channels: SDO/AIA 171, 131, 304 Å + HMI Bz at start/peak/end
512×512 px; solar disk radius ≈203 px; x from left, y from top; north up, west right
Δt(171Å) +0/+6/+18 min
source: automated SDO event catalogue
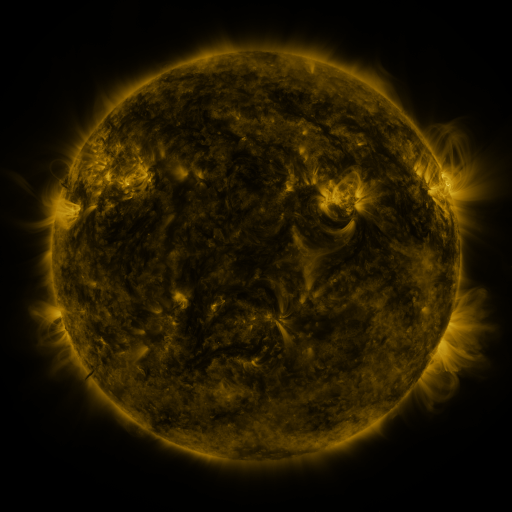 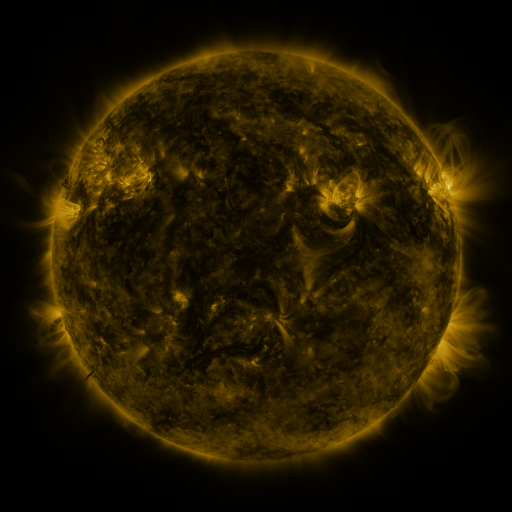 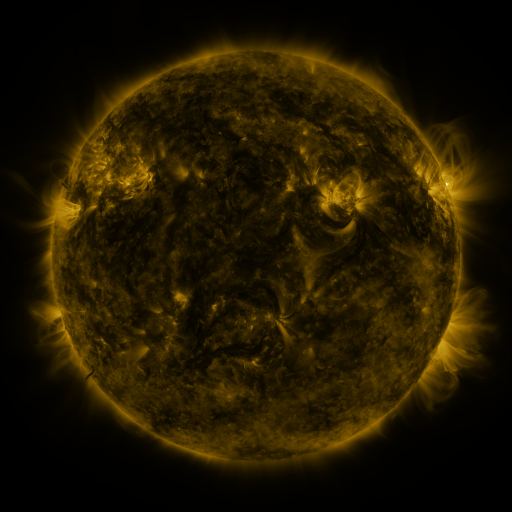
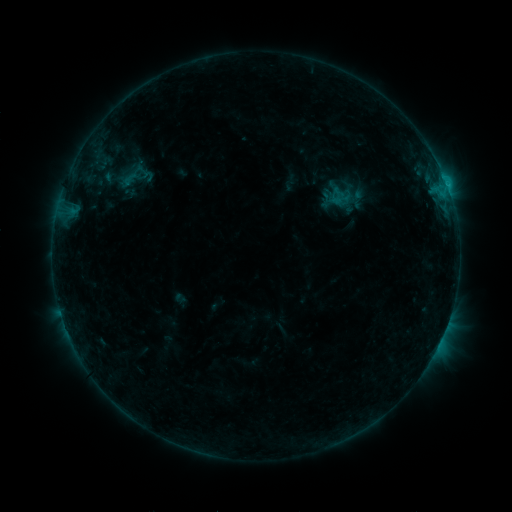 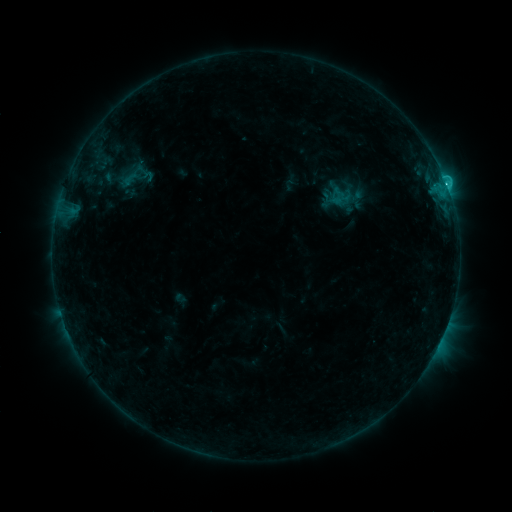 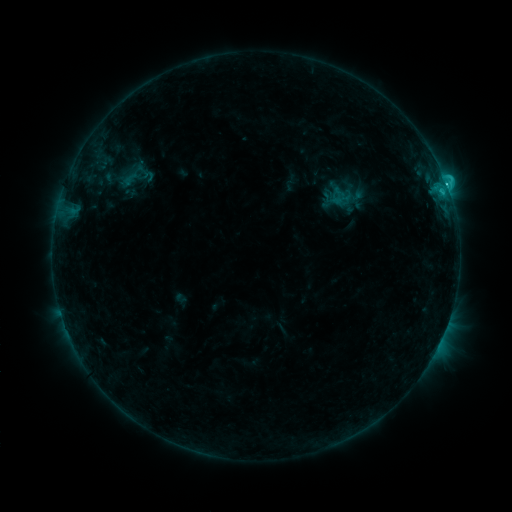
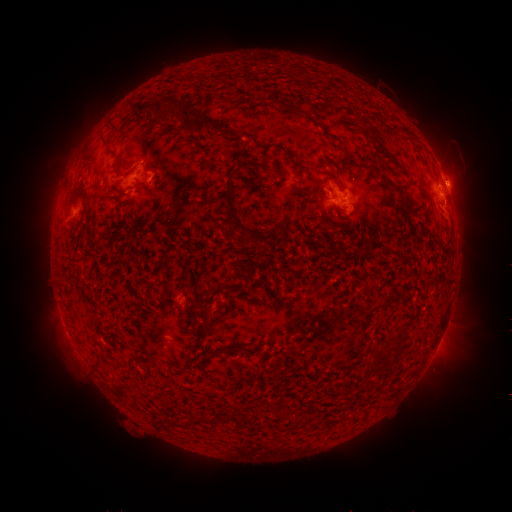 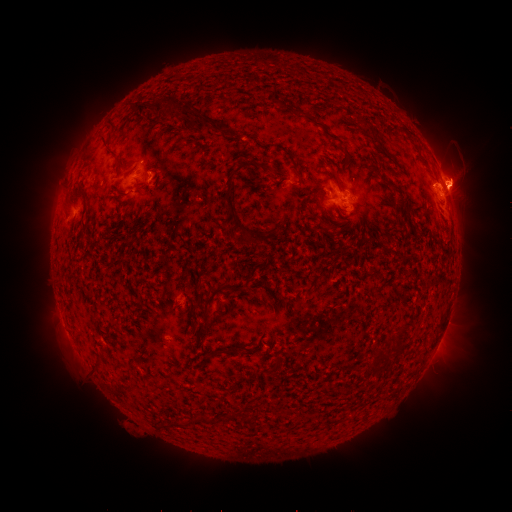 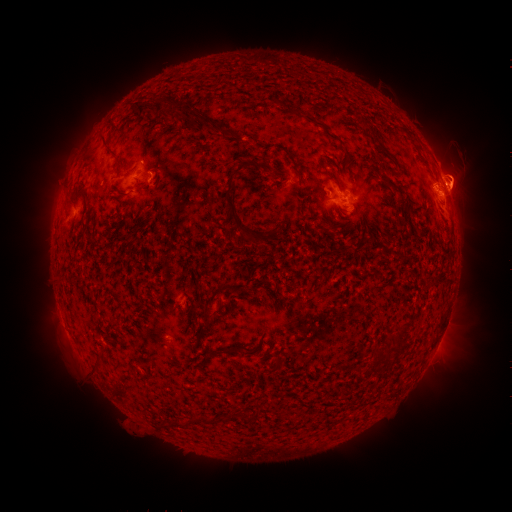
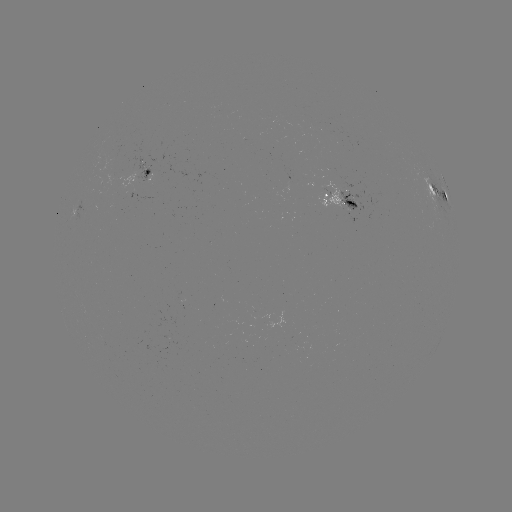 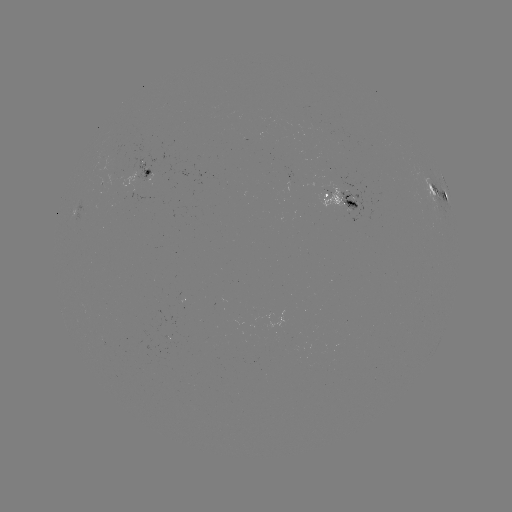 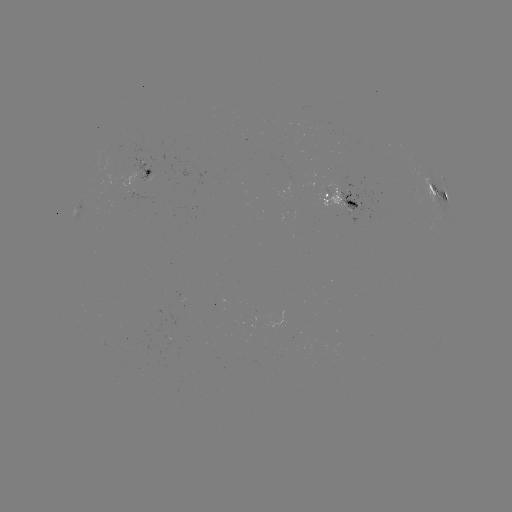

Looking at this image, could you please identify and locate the eruption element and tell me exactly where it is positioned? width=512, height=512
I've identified eruption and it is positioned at (468, 180).